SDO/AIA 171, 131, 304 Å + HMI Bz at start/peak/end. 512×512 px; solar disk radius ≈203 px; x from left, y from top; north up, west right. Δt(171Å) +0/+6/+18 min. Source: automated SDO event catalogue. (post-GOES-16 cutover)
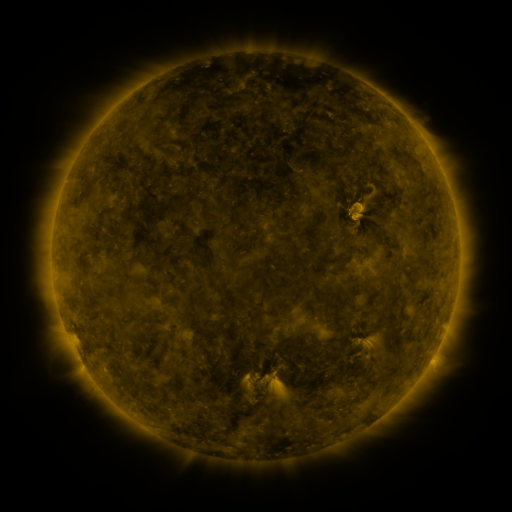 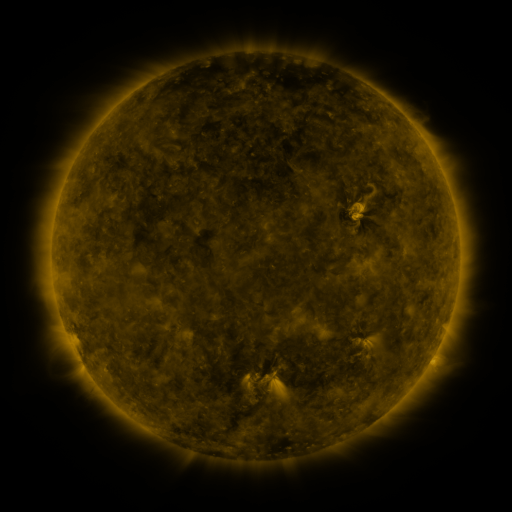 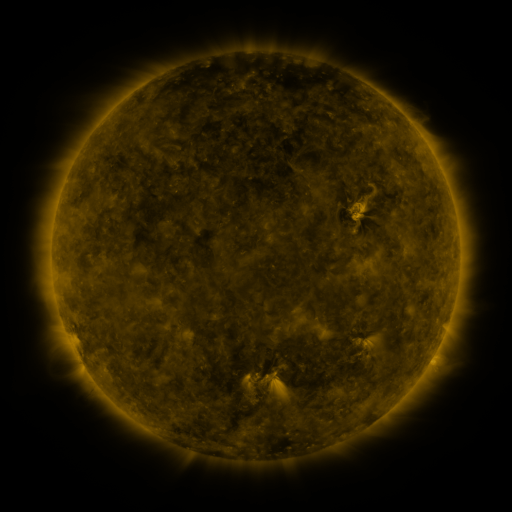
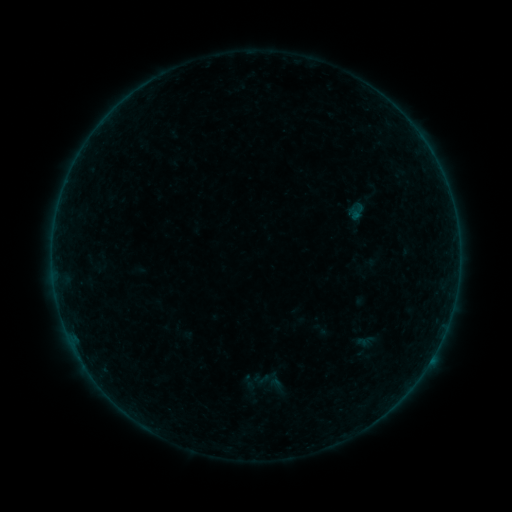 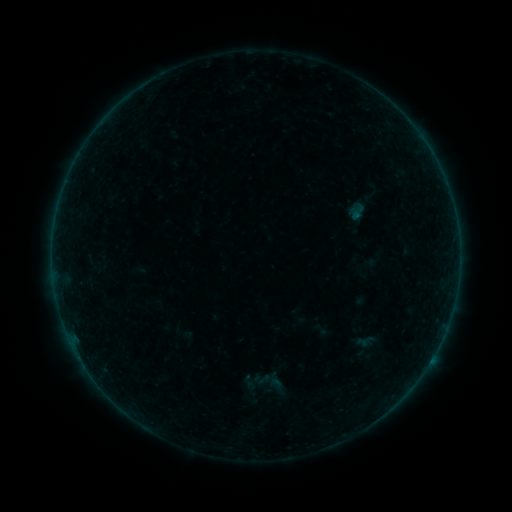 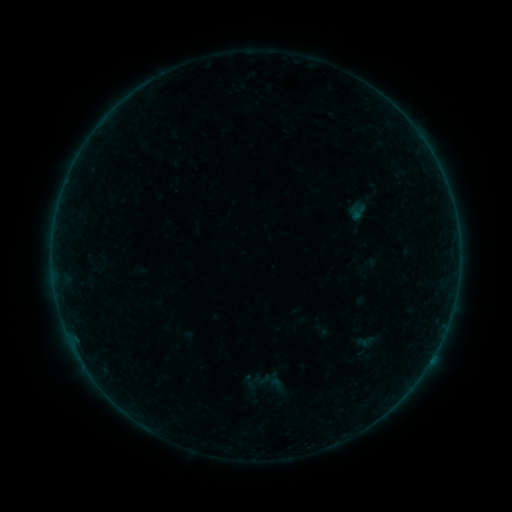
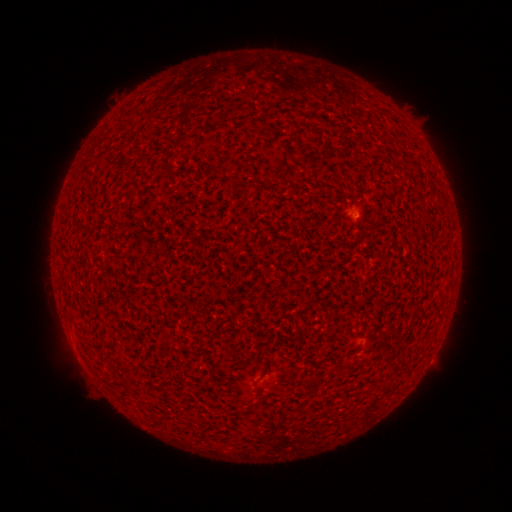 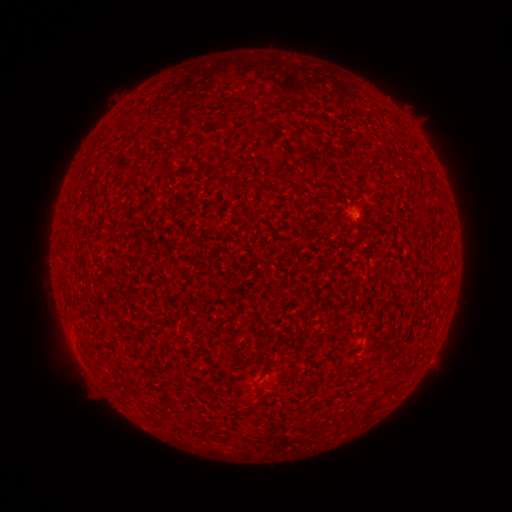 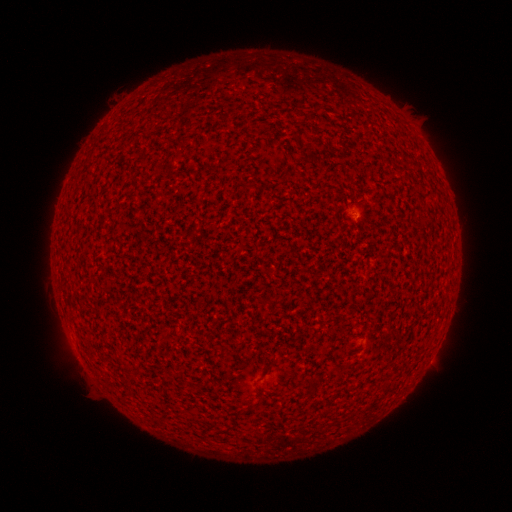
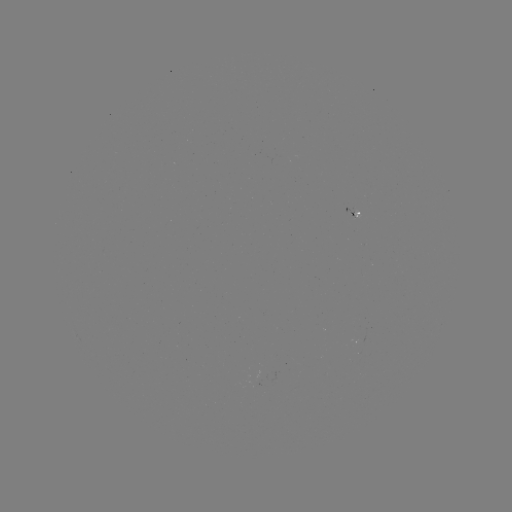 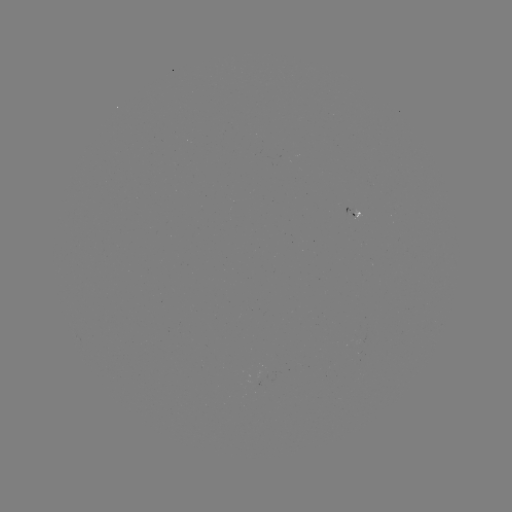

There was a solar flare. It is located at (353, 216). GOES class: A2.6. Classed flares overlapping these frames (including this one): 1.